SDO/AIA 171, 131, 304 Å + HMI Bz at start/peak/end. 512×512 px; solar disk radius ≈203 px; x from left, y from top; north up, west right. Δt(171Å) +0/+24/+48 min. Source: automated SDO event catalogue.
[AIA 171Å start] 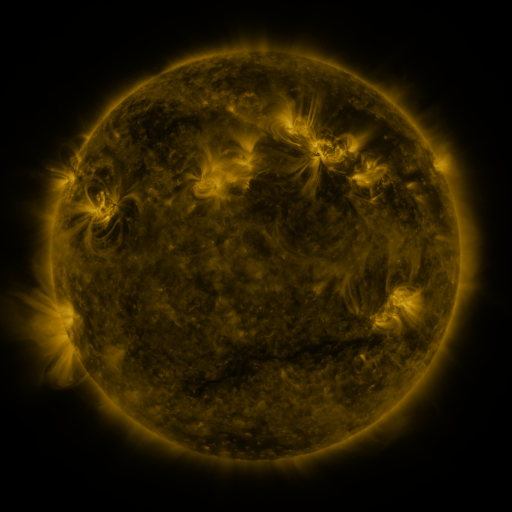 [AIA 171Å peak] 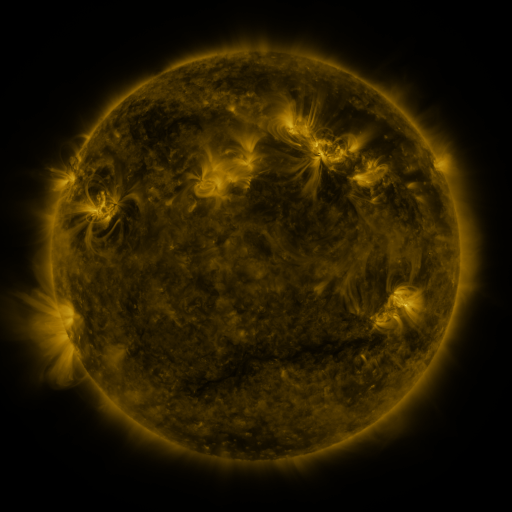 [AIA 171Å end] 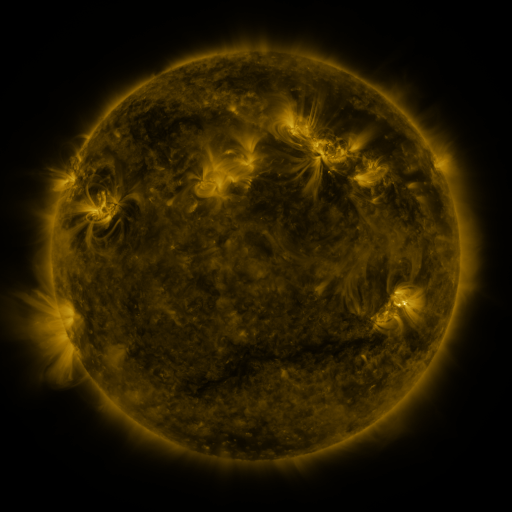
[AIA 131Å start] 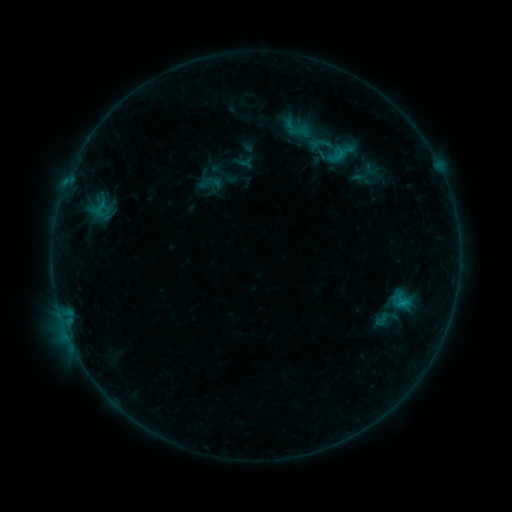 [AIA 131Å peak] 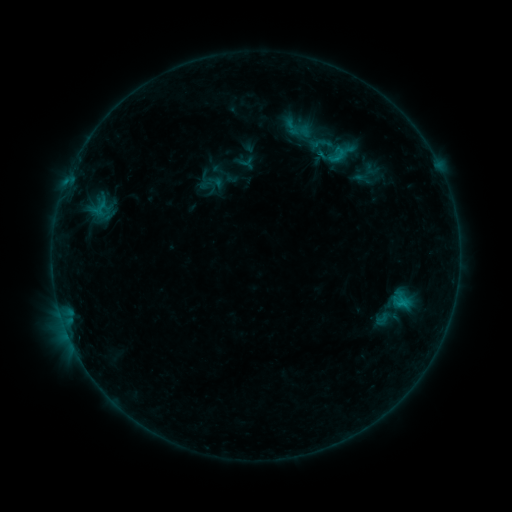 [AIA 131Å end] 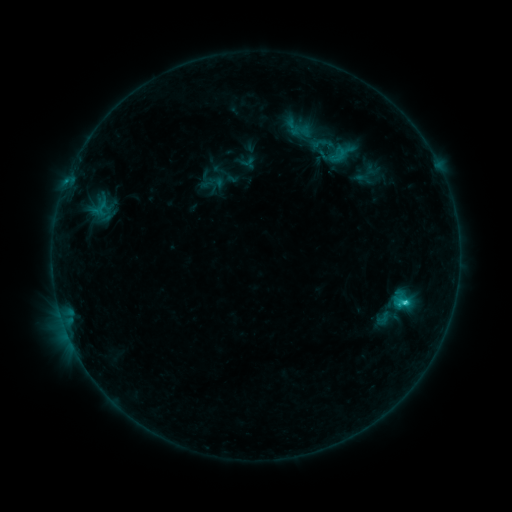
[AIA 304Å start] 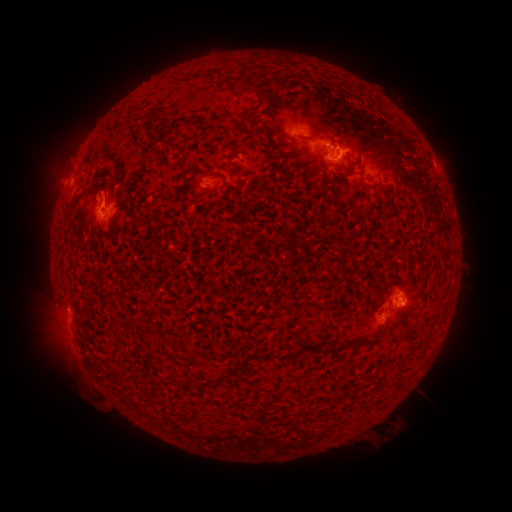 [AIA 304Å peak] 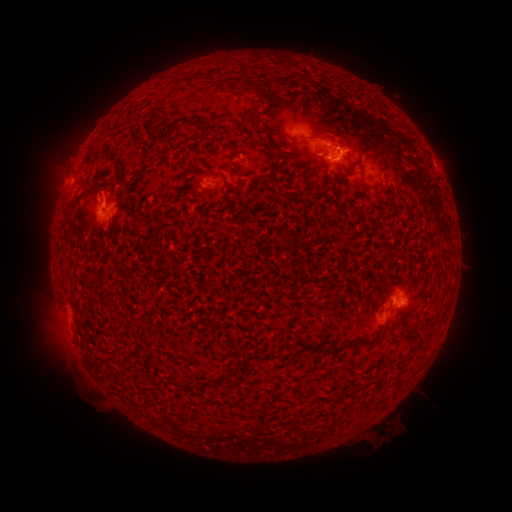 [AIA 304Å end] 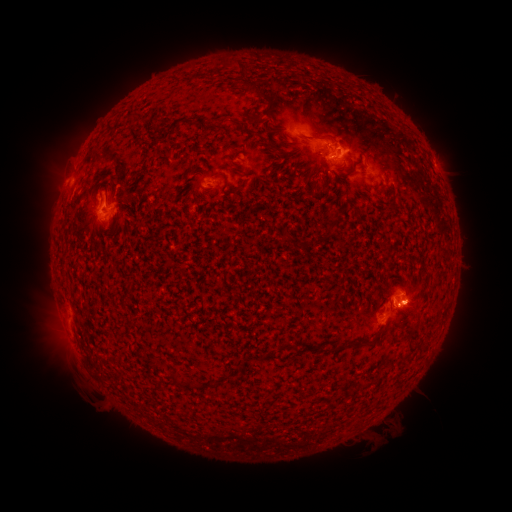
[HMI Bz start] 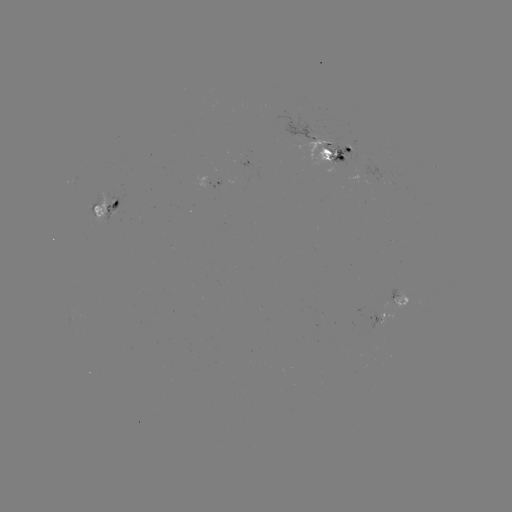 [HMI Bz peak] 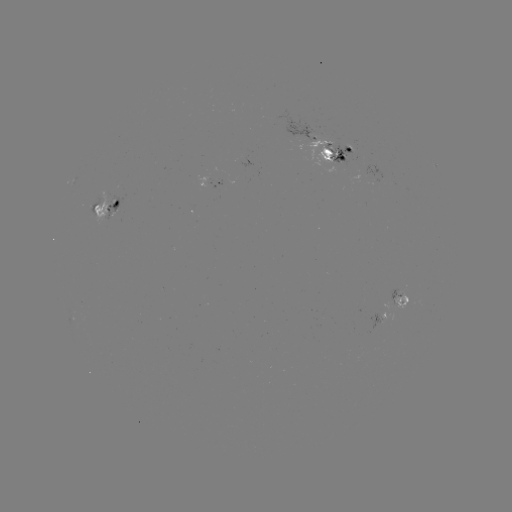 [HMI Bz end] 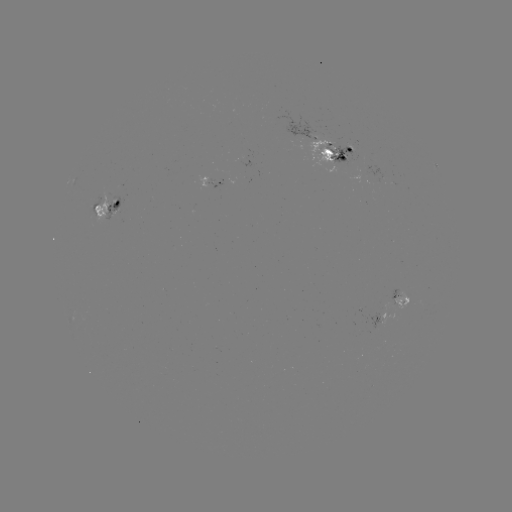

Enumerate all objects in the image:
emerging-flux region: (205, 182)
